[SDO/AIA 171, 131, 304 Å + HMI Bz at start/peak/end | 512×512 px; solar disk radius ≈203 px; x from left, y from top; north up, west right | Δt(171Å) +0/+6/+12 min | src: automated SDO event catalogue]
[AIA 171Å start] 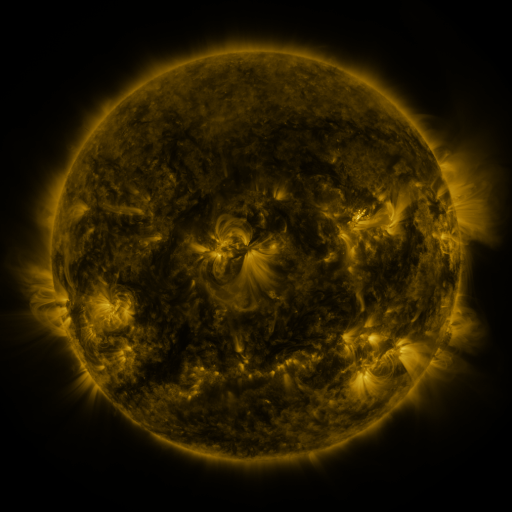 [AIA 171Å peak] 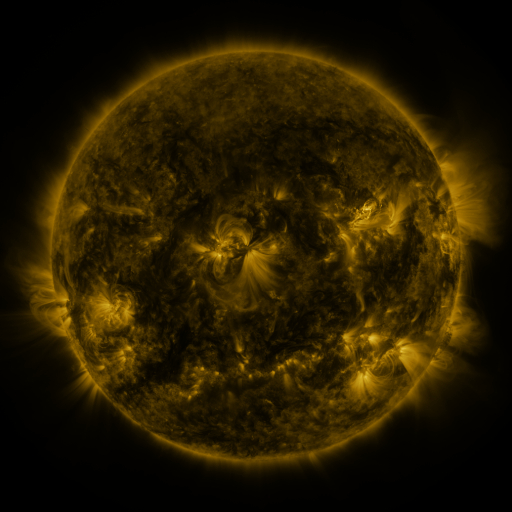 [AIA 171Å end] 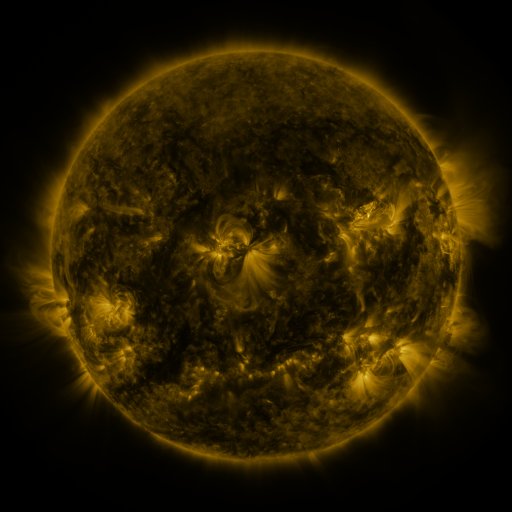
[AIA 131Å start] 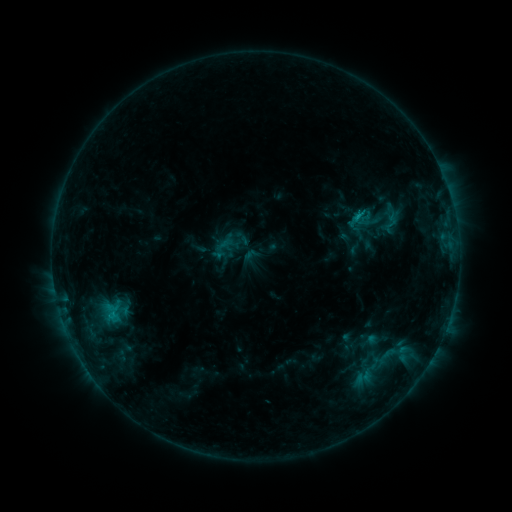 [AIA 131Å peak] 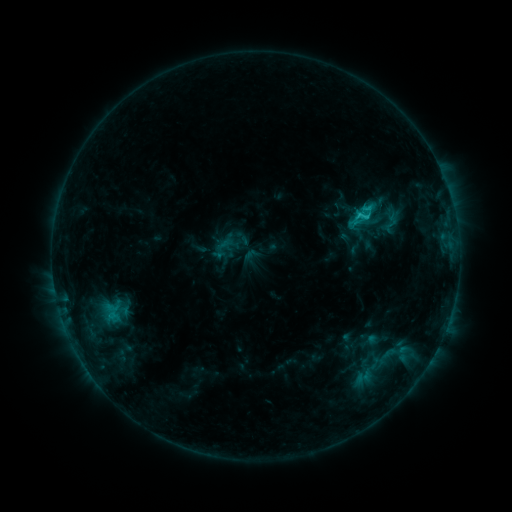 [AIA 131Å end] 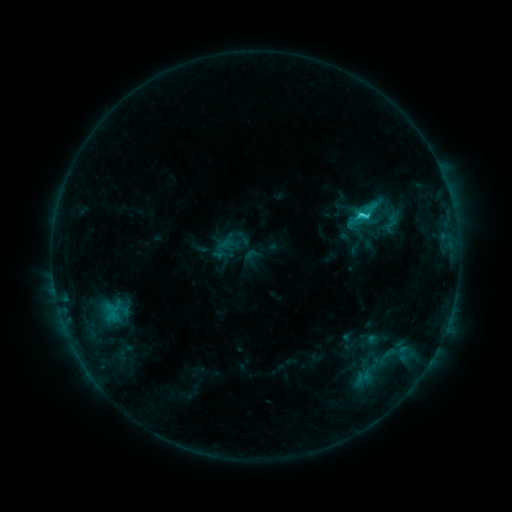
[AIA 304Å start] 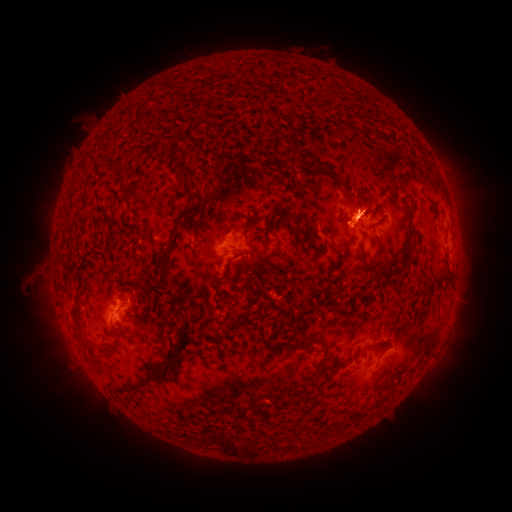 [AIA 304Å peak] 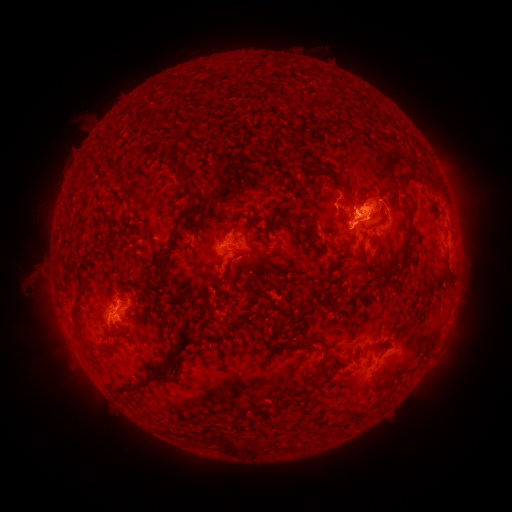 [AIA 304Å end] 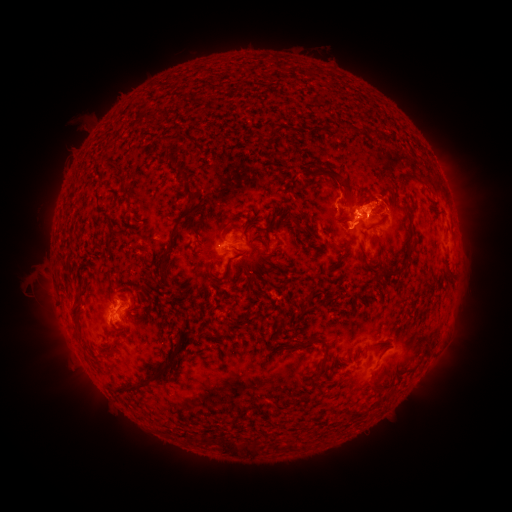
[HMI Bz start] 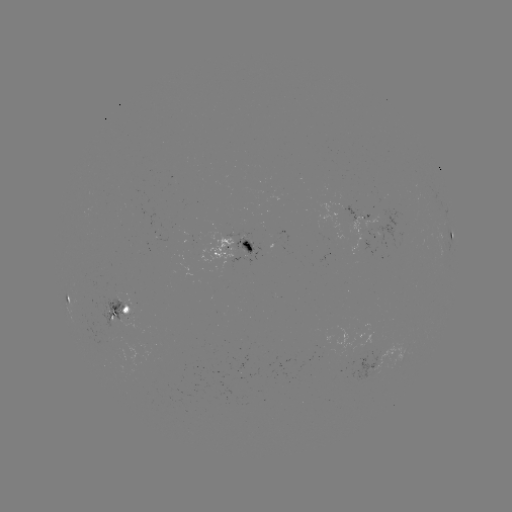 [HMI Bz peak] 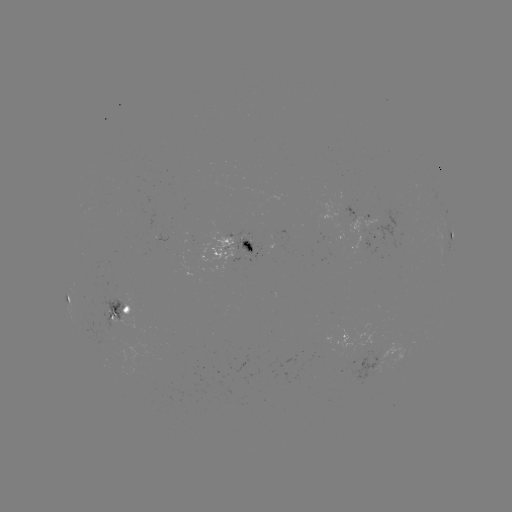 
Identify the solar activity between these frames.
C2.4 flare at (366, 217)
